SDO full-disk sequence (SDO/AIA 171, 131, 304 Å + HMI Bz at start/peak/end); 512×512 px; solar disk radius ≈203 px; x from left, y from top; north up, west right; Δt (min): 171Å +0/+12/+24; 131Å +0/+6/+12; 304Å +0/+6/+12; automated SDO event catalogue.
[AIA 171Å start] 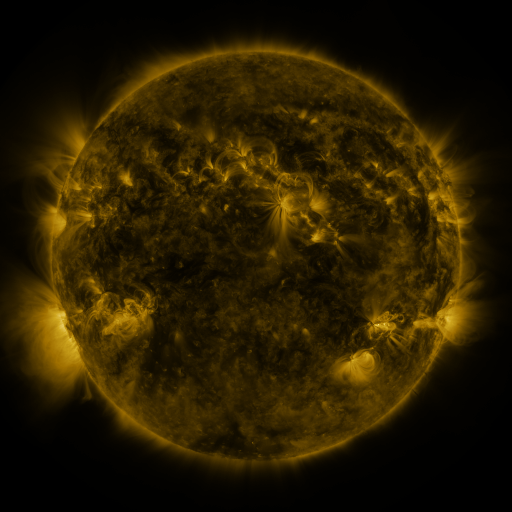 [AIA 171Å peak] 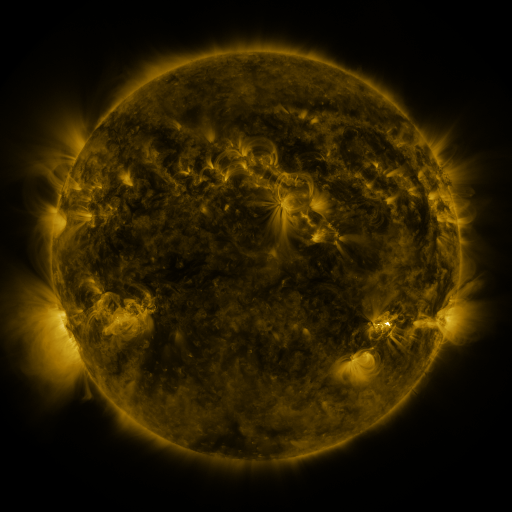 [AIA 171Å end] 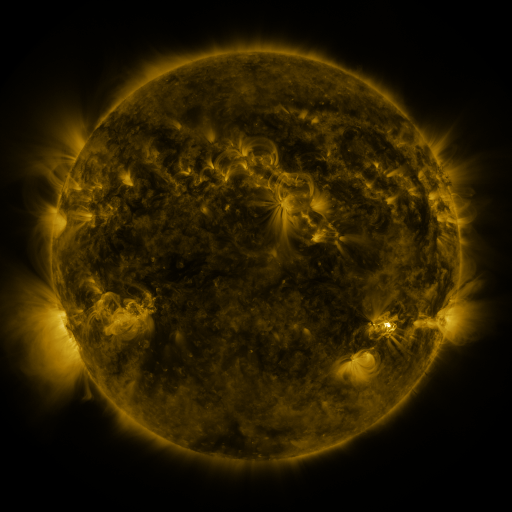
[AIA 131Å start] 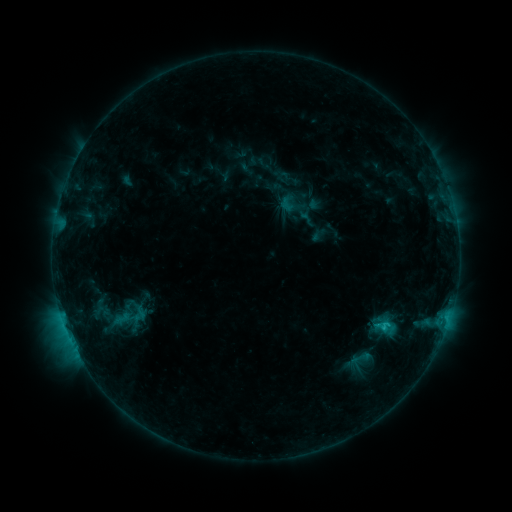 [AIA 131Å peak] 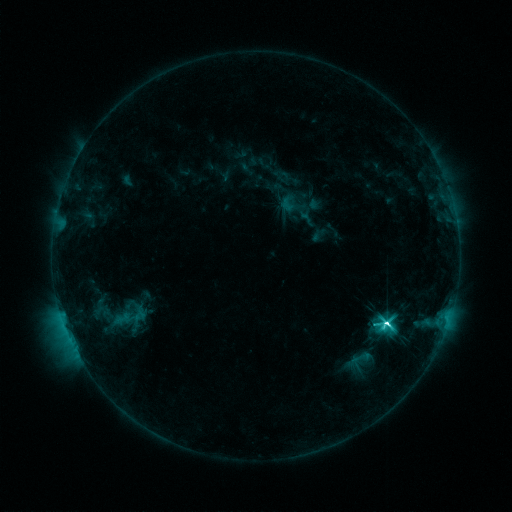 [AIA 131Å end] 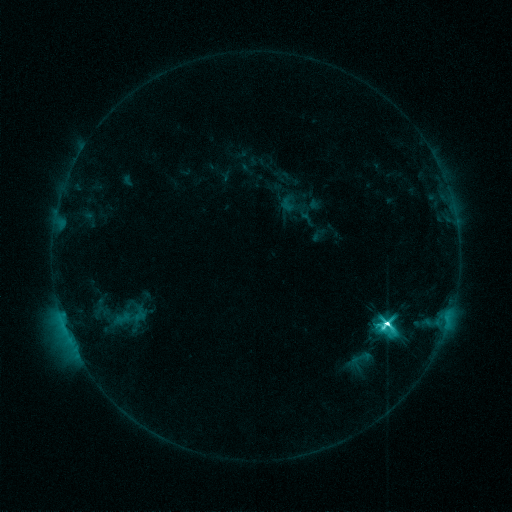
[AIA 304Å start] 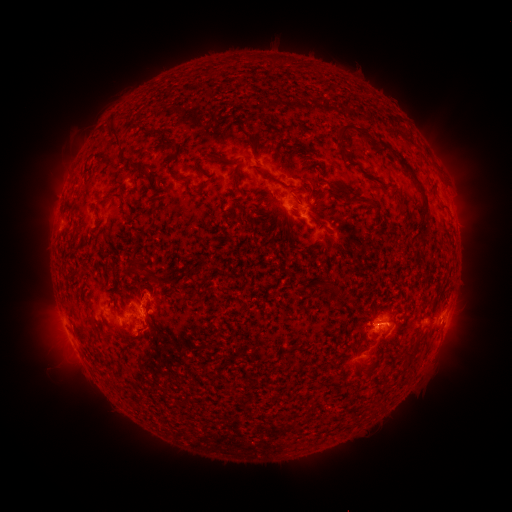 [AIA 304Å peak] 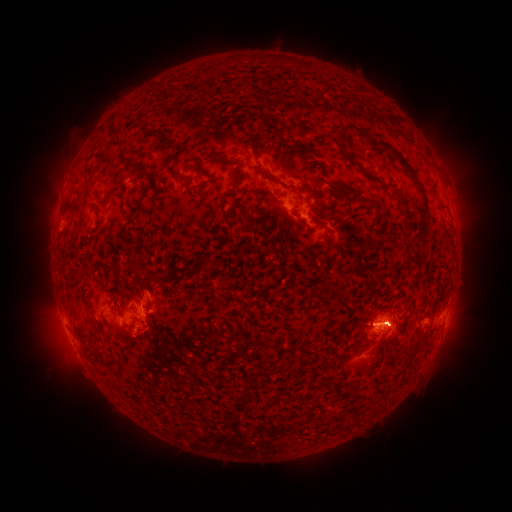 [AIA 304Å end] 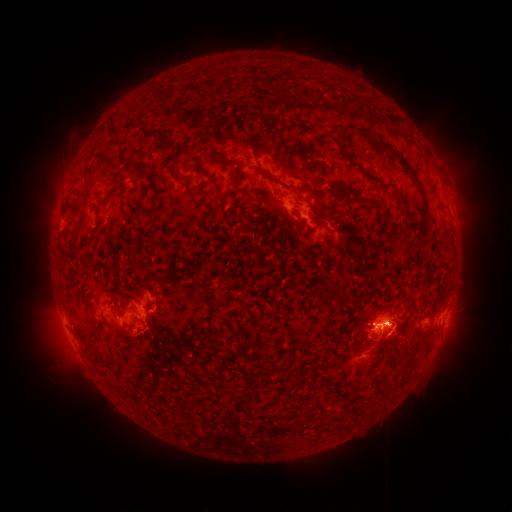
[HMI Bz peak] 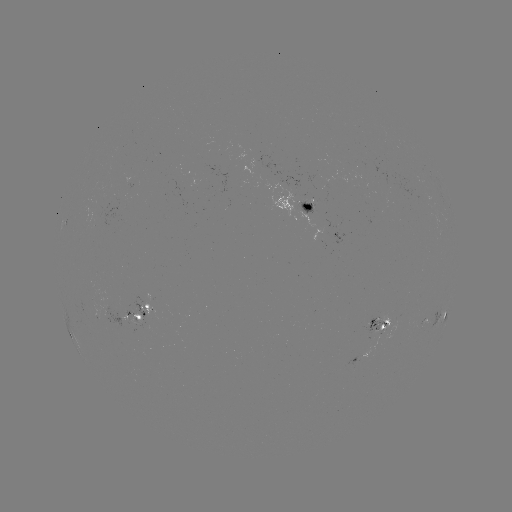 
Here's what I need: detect eruption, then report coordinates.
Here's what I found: eruption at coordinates (469, 190).